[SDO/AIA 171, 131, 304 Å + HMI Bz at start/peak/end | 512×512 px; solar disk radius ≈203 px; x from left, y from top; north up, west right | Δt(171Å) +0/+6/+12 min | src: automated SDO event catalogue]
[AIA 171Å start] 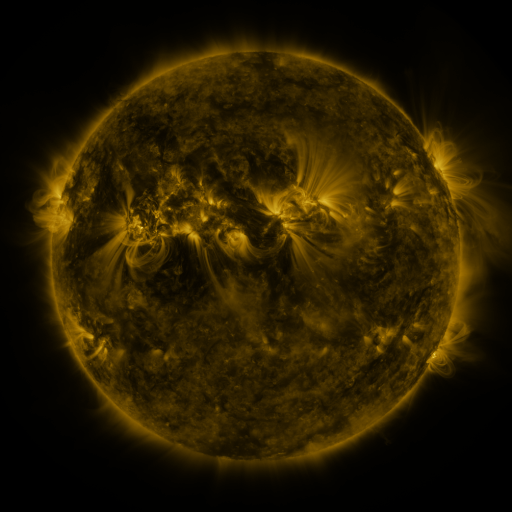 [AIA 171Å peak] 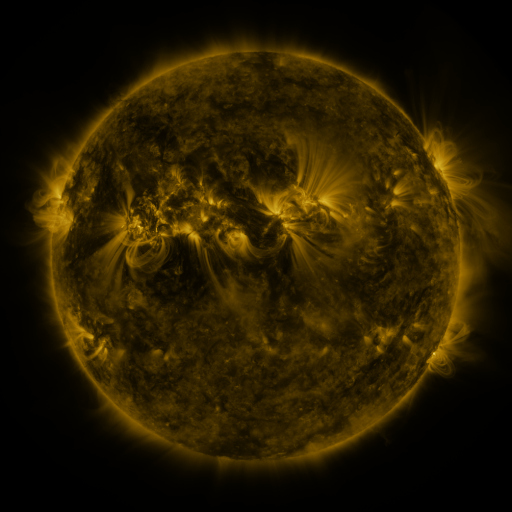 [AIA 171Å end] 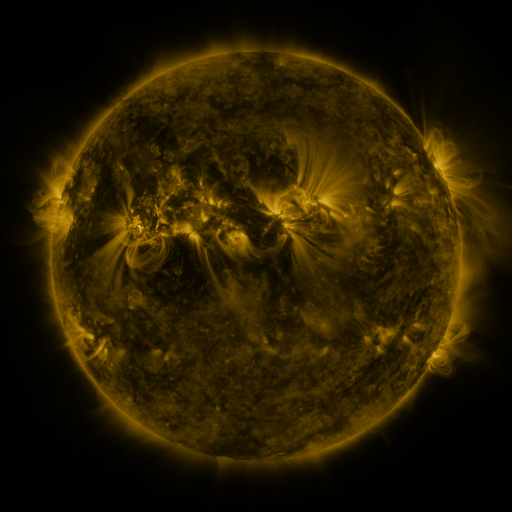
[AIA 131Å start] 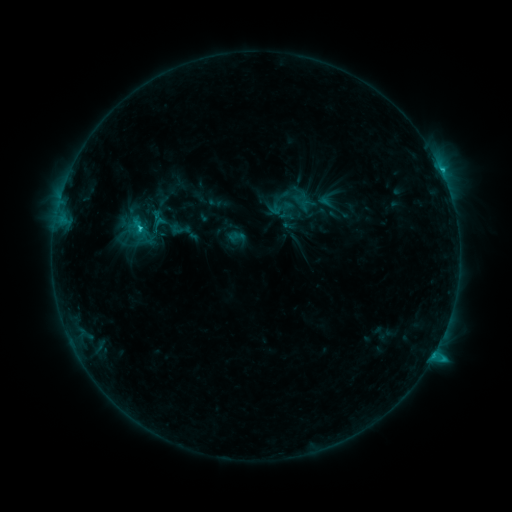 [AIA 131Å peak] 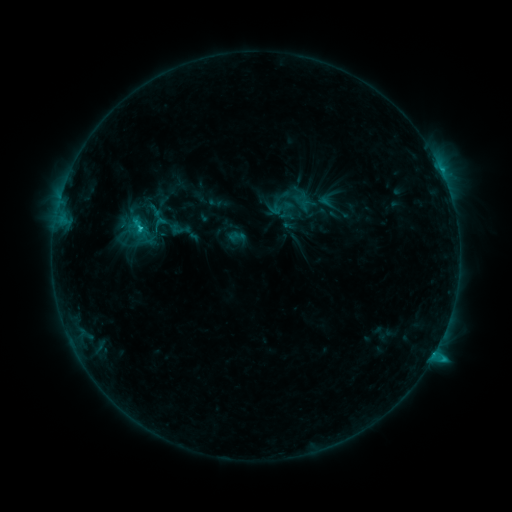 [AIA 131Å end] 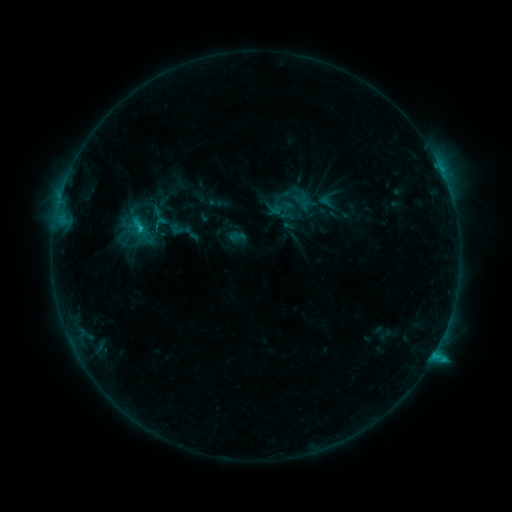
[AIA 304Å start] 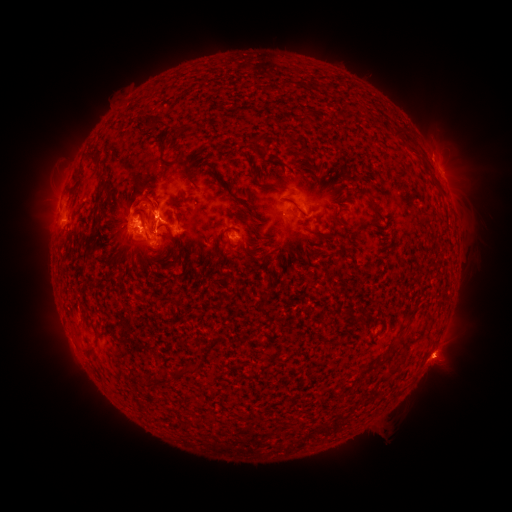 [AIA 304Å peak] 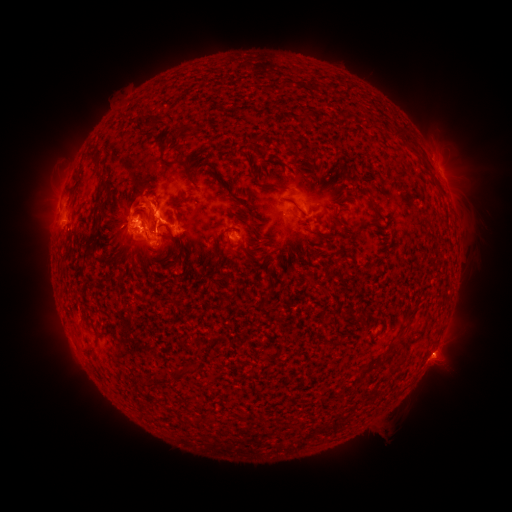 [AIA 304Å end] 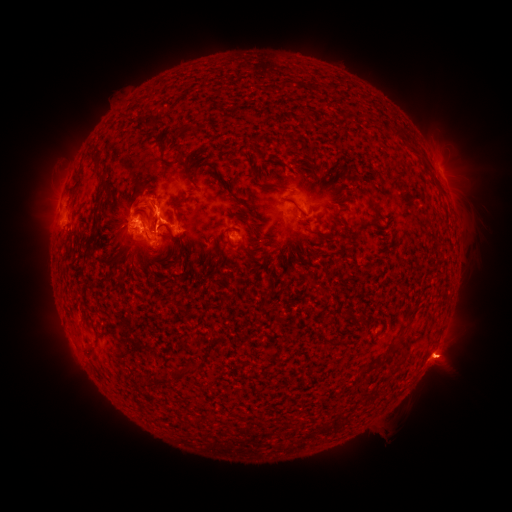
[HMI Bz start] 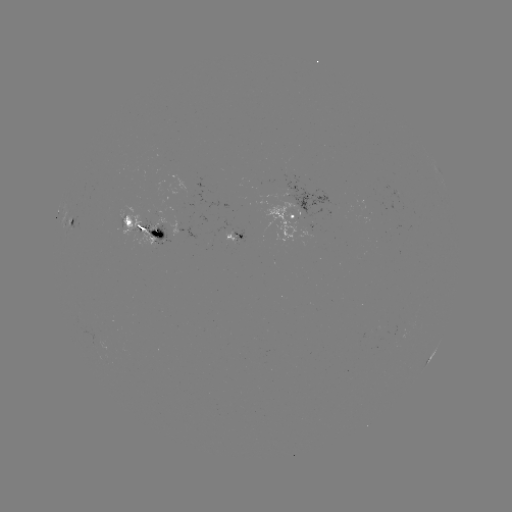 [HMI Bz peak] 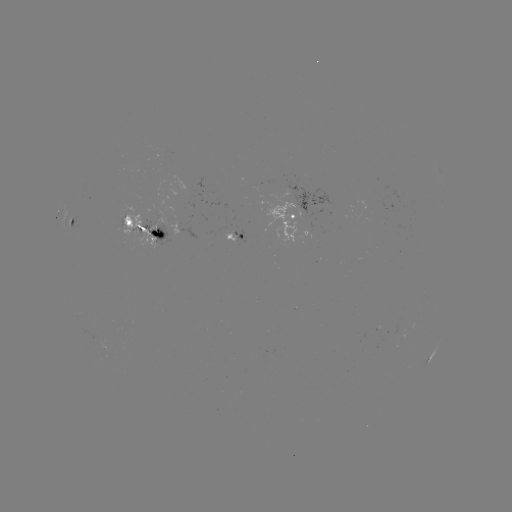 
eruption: (404, 335, 479, 387)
